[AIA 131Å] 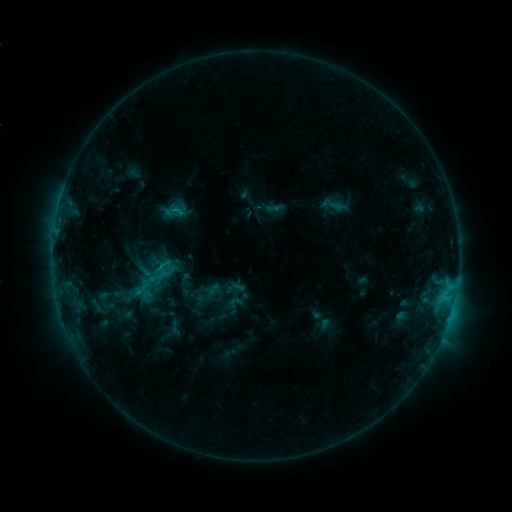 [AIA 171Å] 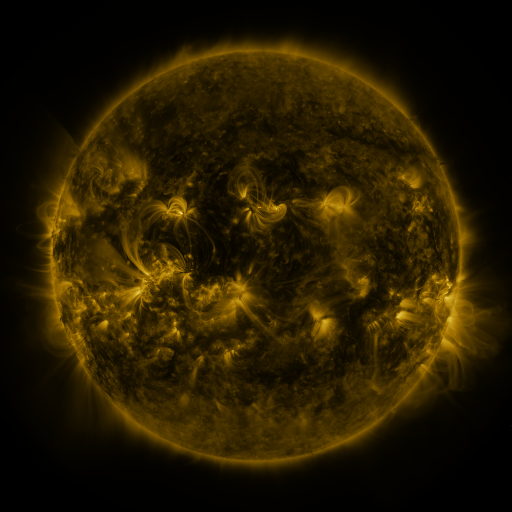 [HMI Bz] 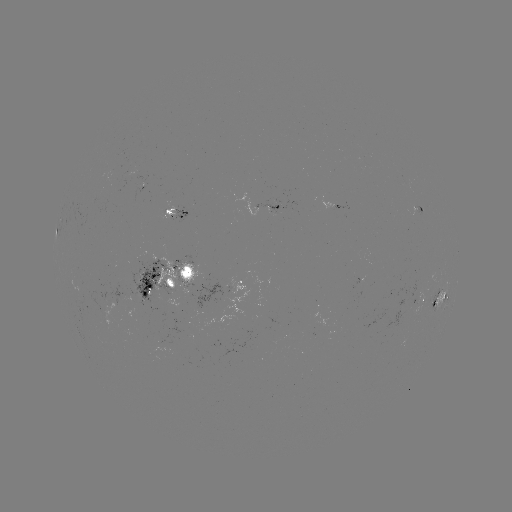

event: sigmoid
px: (176, 211)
